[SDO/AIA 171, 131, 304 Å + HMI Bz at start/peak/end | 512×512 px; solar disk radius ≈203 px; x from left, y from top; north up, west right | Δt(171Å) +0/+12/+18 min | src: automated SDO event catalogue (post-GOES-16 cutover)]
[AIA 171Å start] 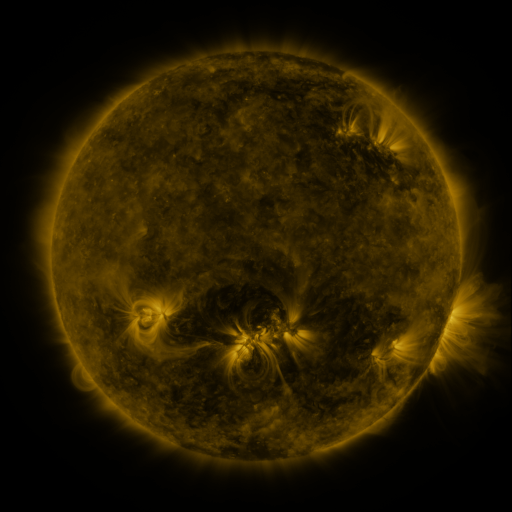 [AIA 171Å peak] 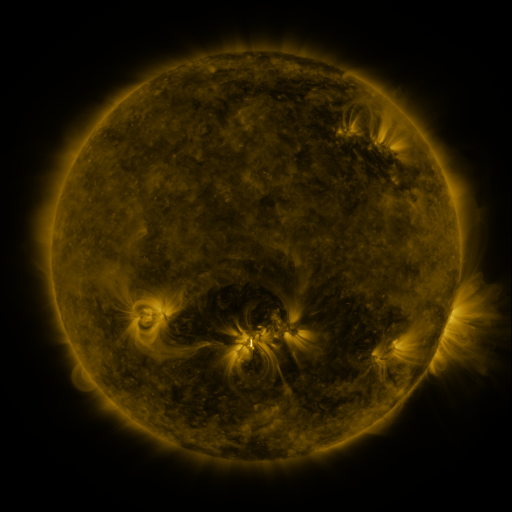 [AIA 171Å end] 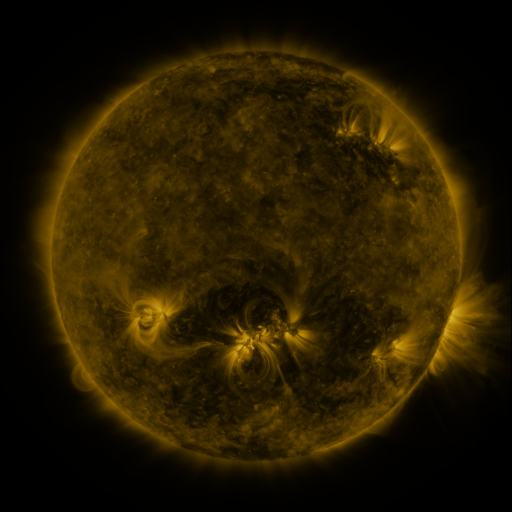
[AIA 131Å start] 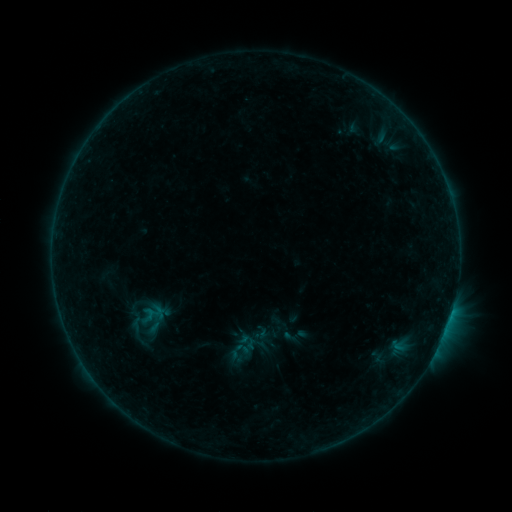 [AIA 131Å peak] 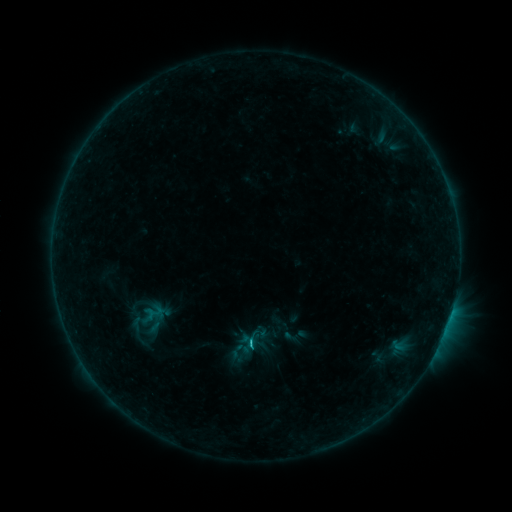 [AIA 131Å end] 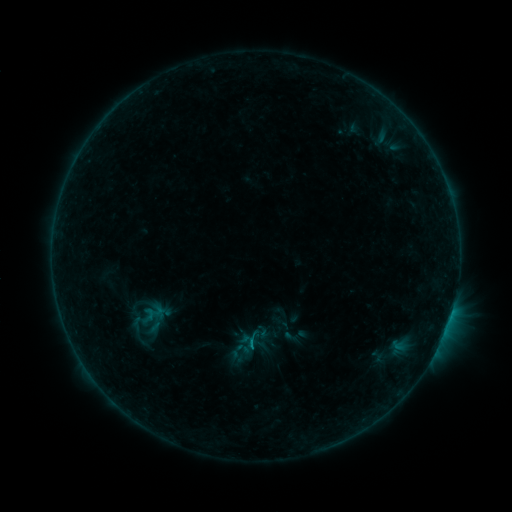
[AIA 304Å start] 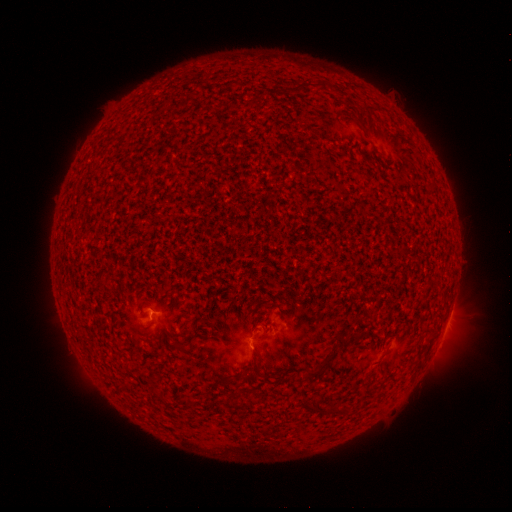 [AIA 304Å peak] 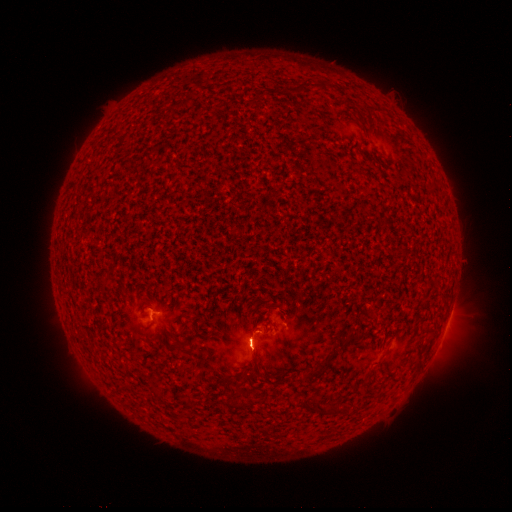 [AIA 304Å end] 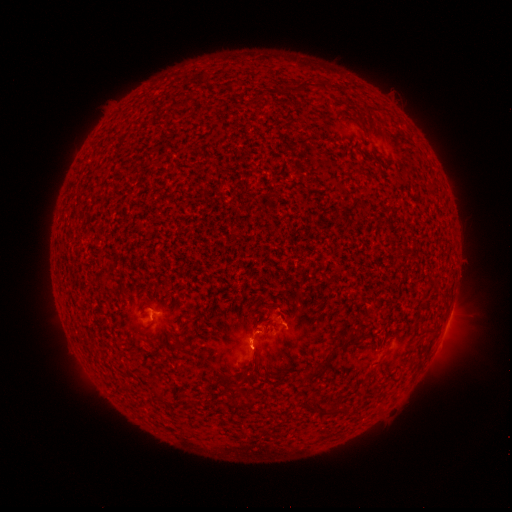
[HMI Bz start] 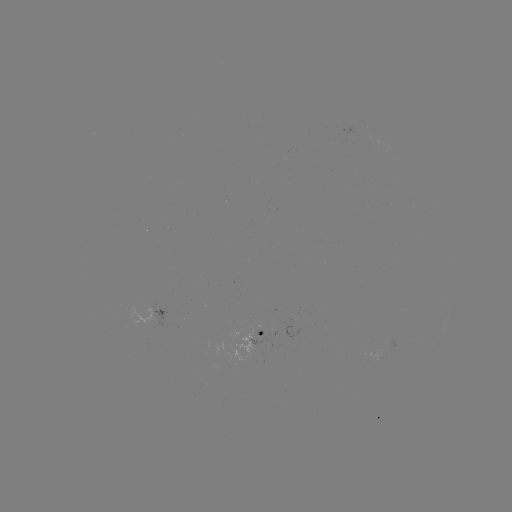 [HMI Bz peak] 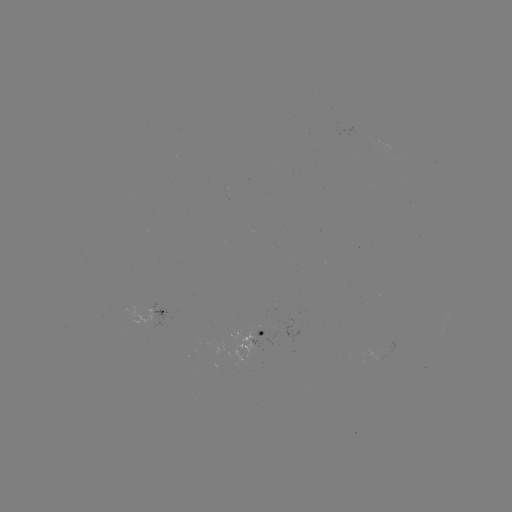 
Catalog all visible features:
B8.3 flare: (252, 339)
